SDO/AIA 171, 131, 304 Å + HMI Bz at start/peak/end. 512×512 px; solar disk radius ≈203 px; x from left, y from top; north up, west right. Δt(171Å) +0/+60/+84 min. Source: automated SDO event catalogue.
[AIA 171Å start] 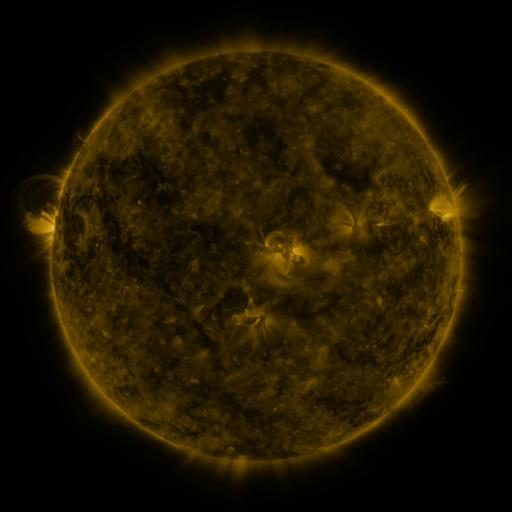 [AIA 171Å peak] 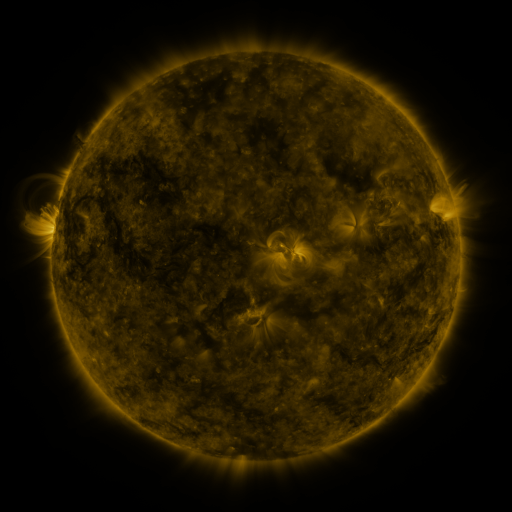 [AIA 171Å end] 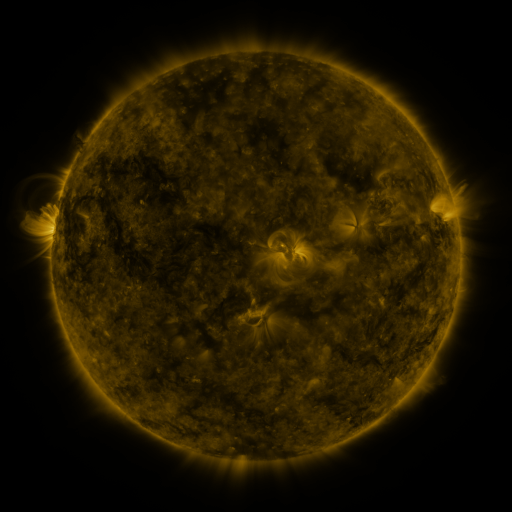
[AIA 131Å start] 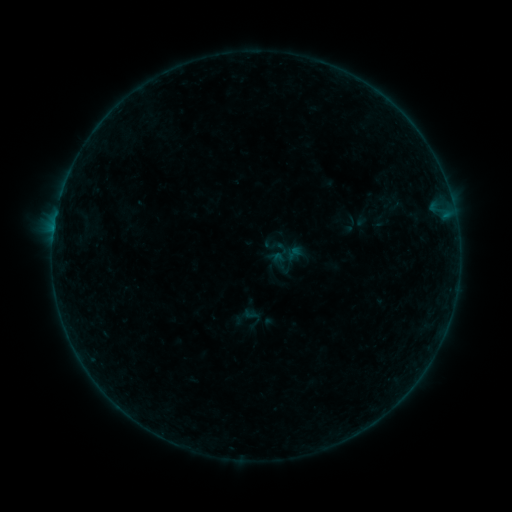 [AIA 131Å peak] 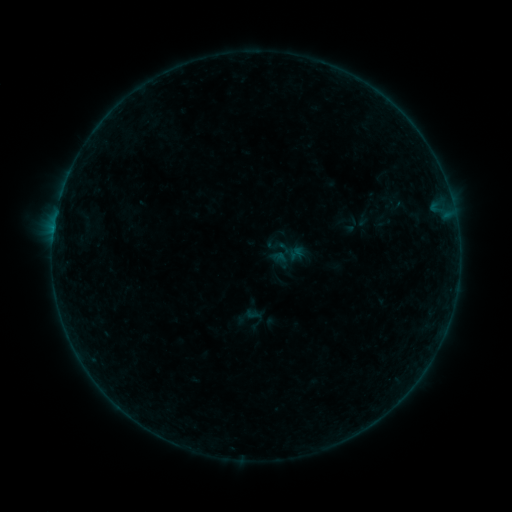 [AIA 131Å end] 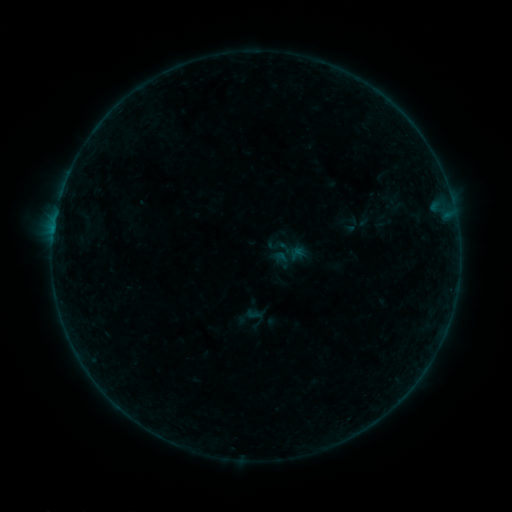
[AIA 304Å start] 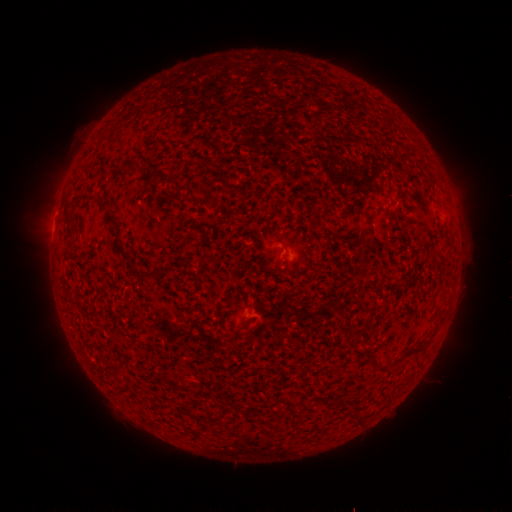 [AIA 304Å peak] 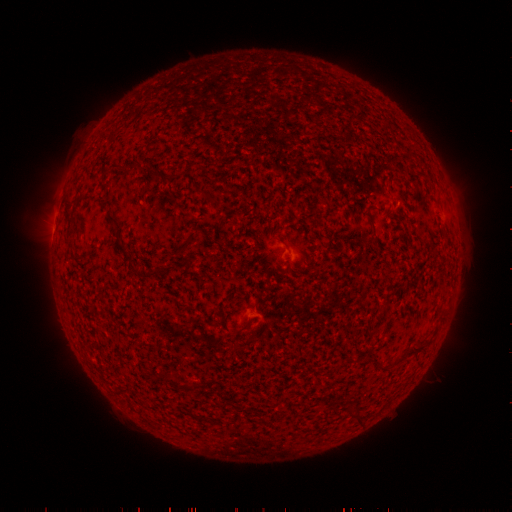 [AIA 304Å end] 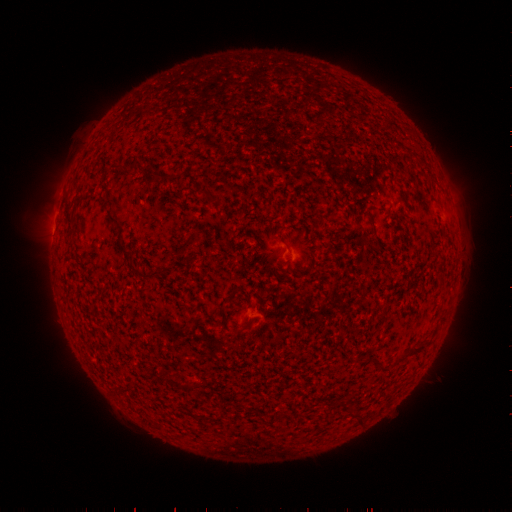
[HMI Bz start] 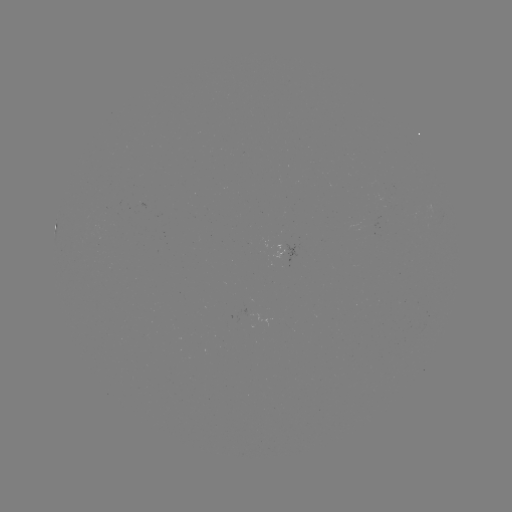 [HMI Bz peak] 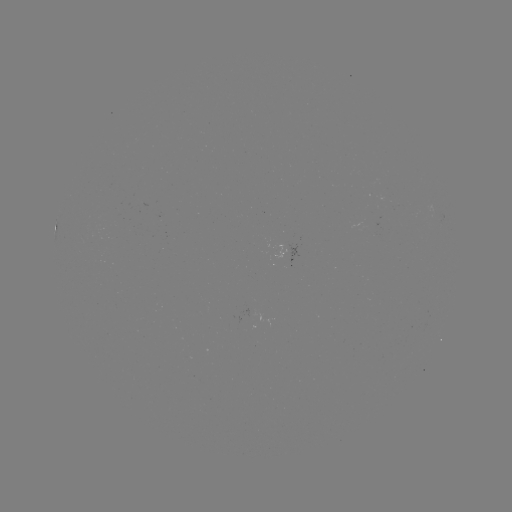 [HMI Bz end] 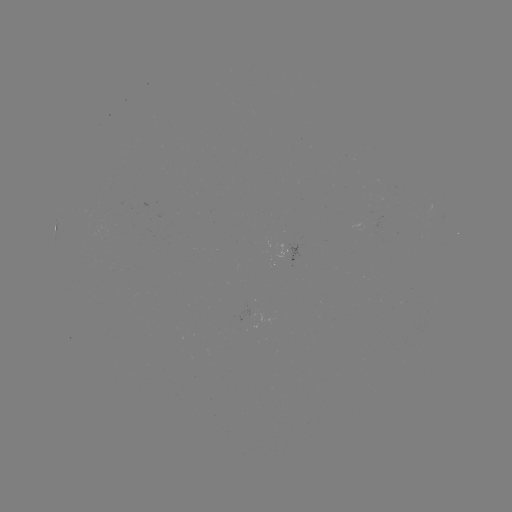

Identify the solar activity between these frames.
emerging-flux region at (249, 320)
